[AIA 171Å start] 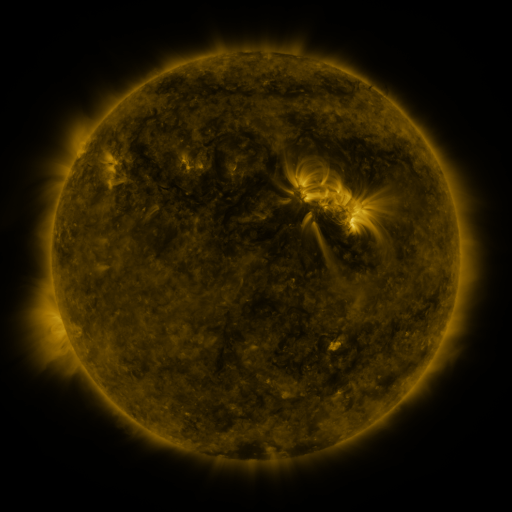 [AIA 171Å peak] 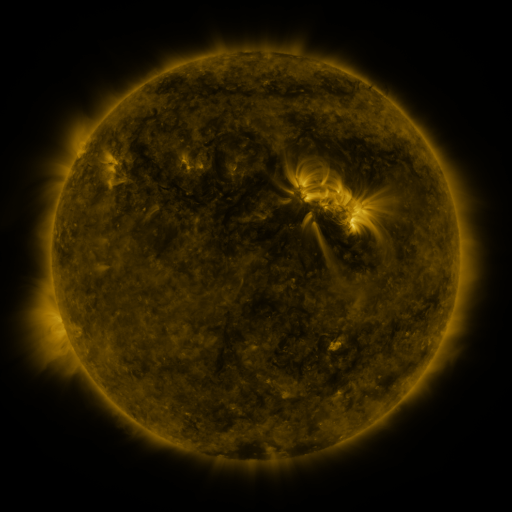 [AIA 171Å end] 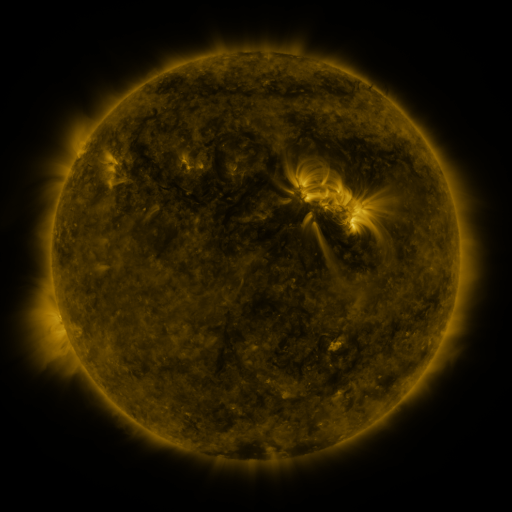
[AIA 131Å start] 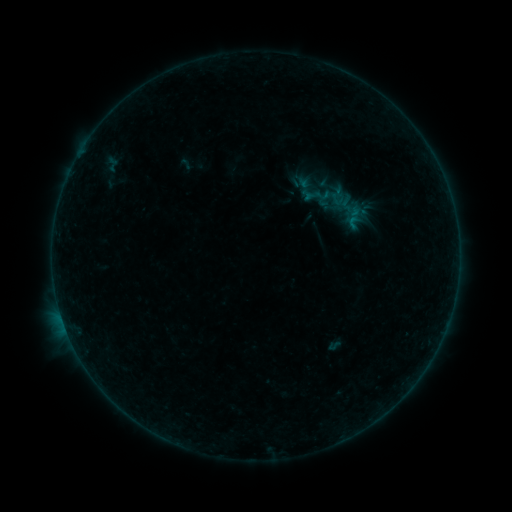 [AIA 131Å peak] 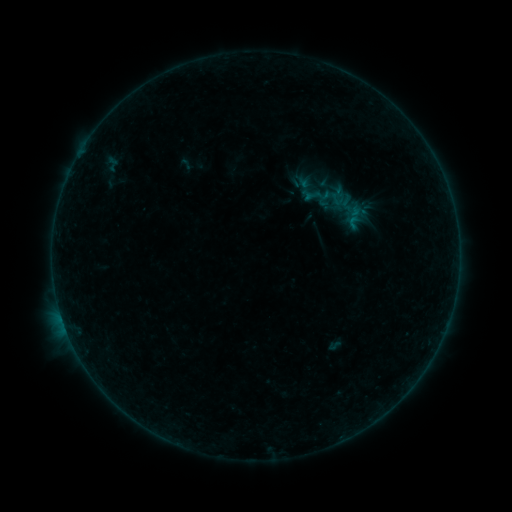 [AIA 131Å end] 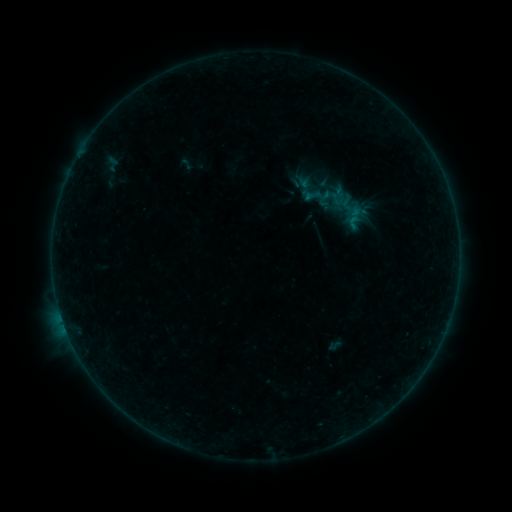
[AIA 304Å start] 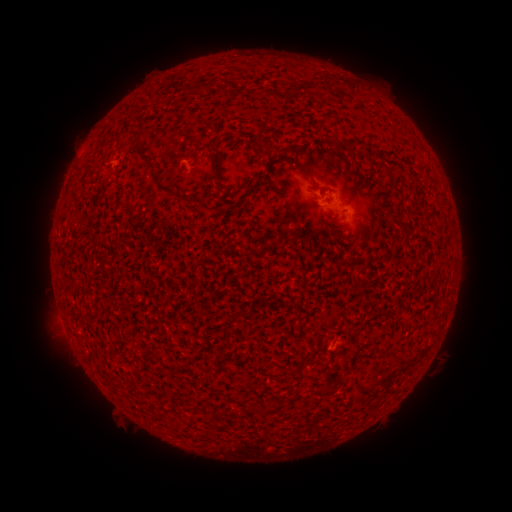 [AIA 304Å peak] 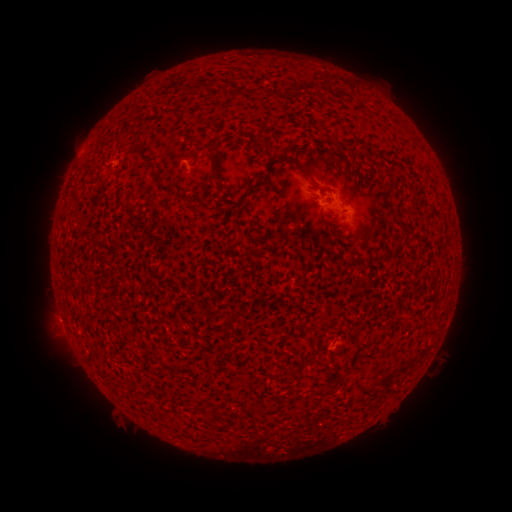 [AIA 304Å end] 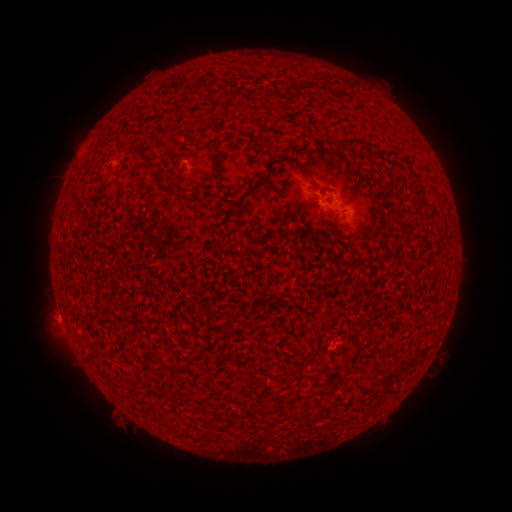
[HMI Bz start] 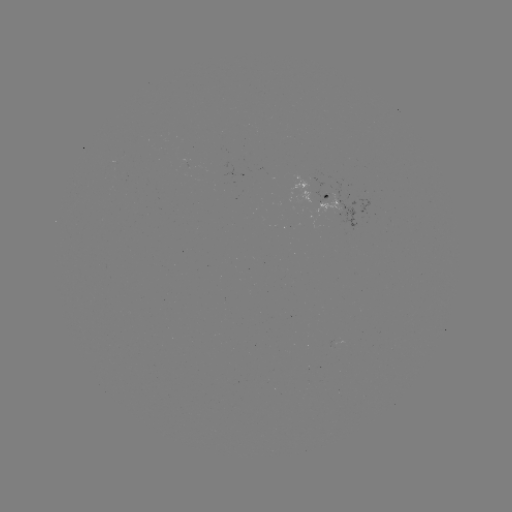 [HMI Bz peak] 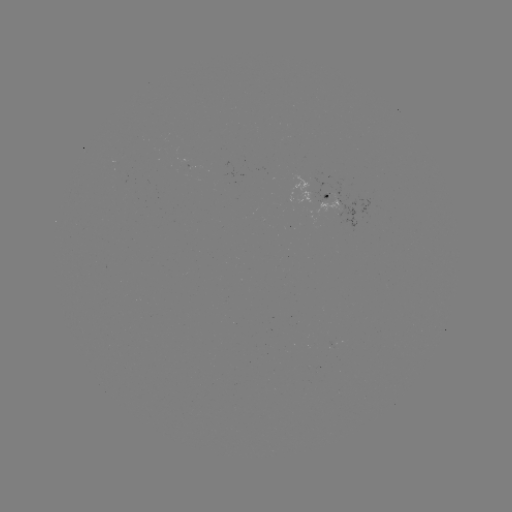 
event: flare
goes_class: B1.4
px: (62, 319)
